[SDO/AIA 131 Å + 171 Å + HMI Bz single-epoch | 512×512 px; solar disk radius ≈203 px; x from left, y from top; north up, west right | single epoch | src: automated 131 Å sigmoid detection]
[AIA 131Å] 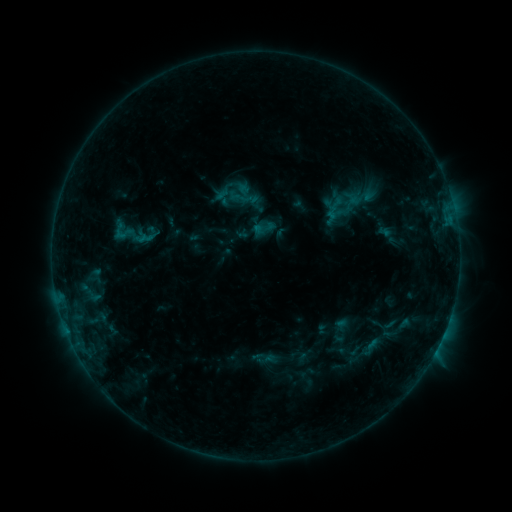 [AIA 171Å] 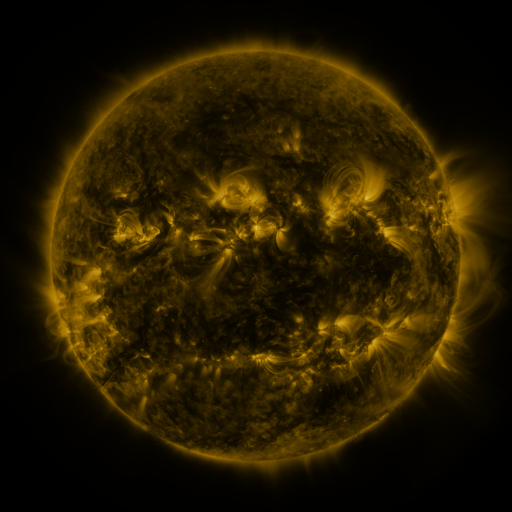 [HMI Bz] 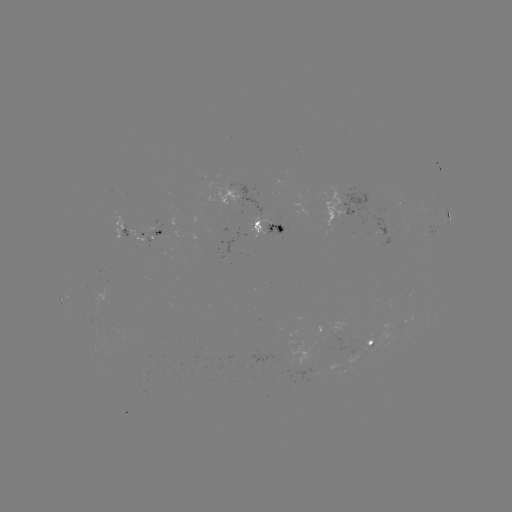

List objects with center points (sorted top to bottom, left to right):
sigmoid: [251, 216, 277, 241]
sigmoid: [114, 222, 134, 243]
